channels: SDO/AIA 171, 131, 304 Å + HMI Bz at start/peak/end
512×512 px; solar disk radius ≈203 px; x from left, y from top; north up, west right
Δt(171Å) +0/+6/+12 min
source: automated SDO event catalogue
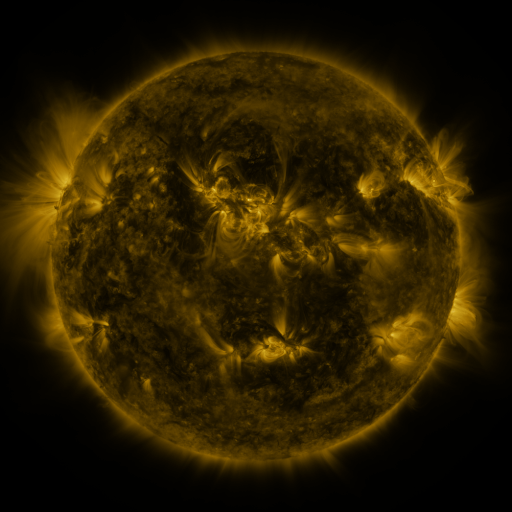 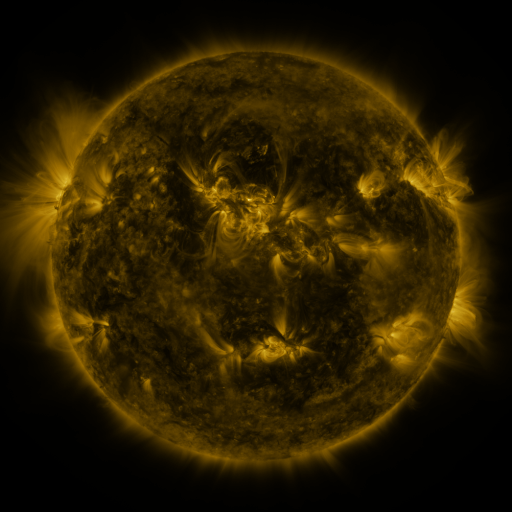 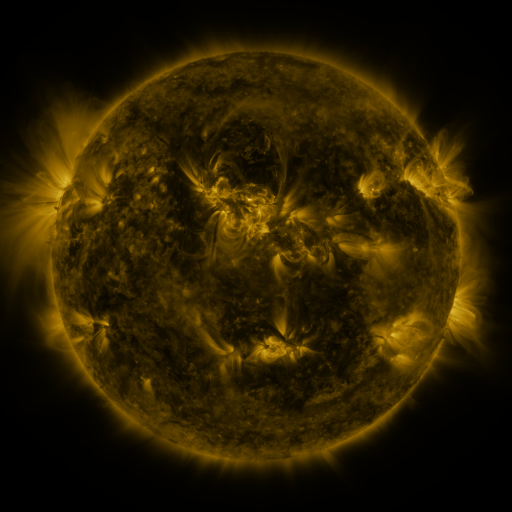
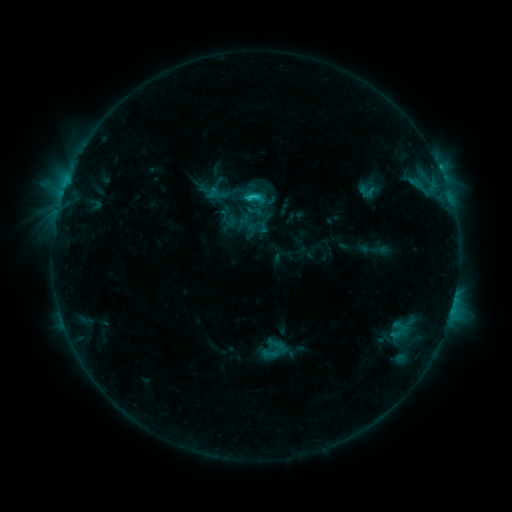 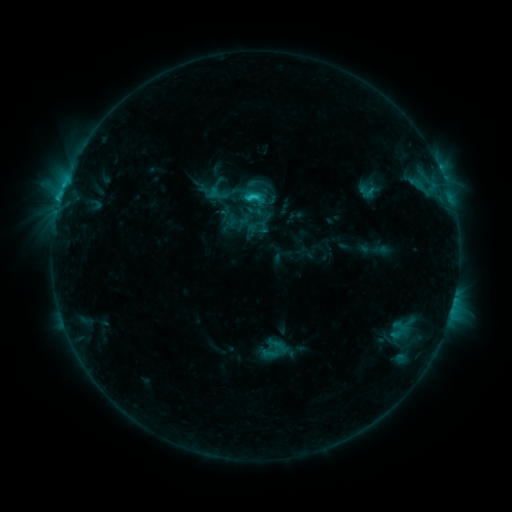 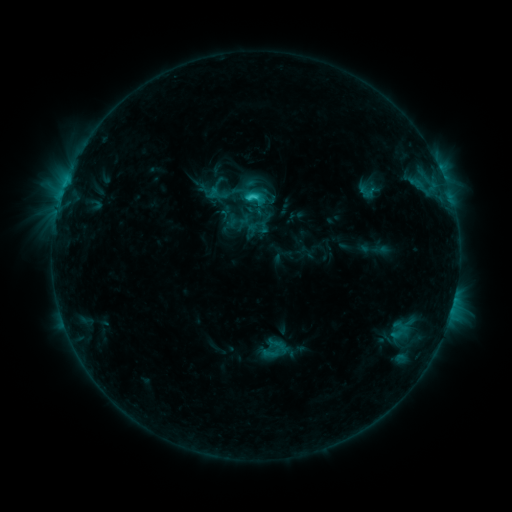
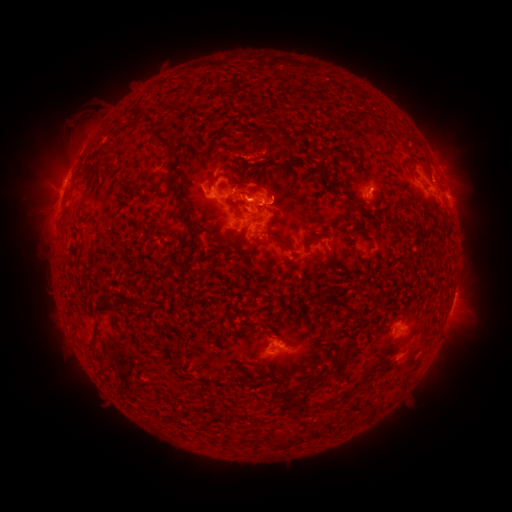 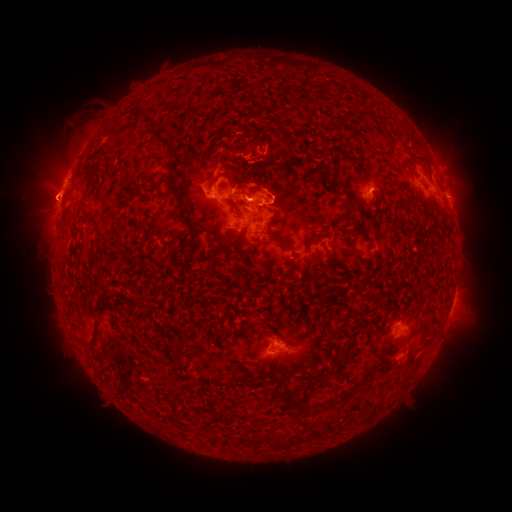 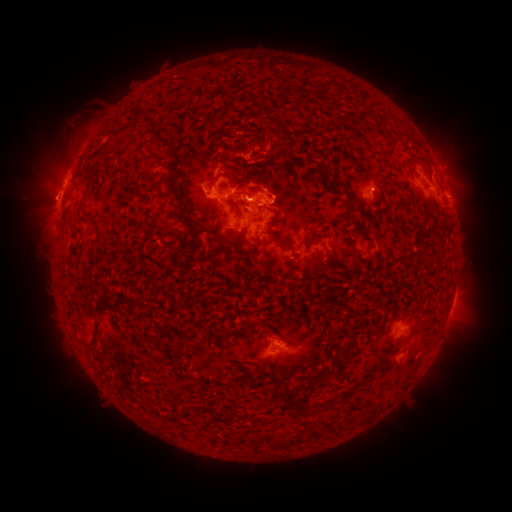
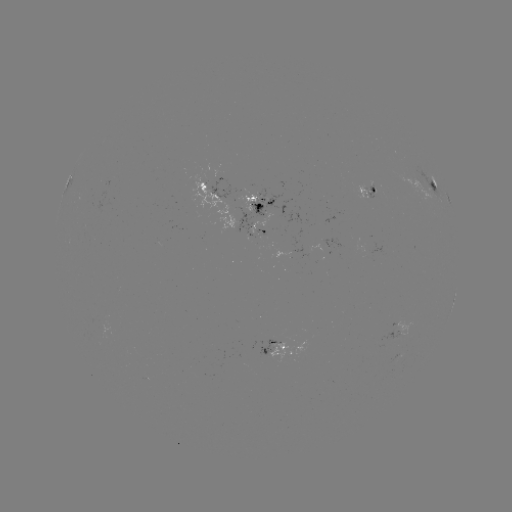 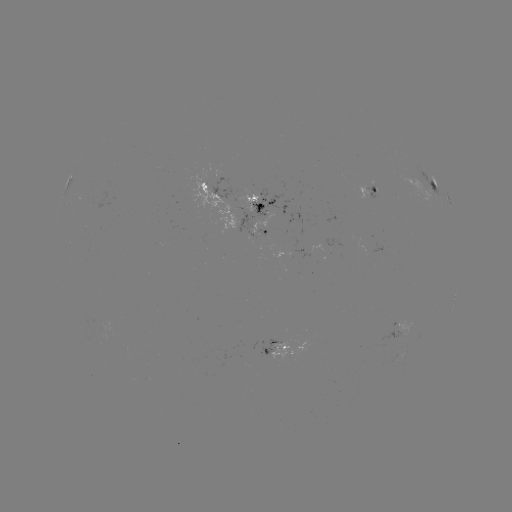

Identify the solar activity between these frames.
eruption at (270, 144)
